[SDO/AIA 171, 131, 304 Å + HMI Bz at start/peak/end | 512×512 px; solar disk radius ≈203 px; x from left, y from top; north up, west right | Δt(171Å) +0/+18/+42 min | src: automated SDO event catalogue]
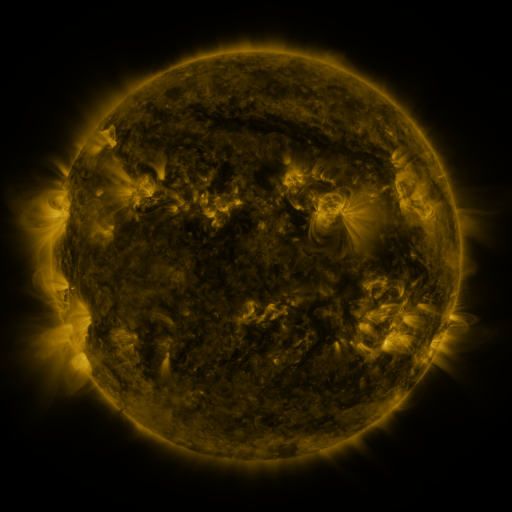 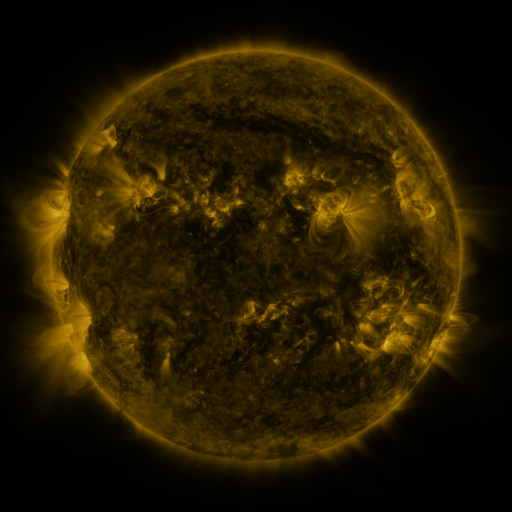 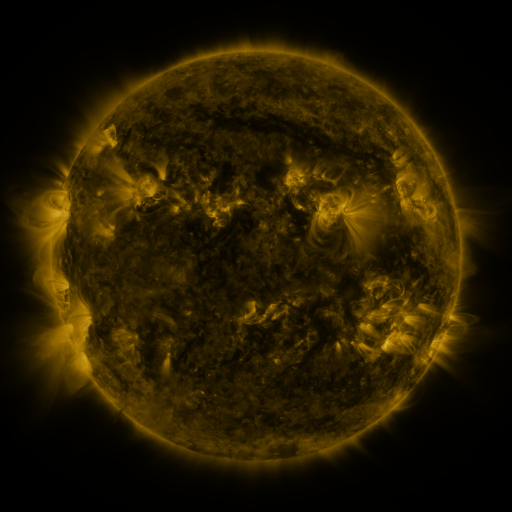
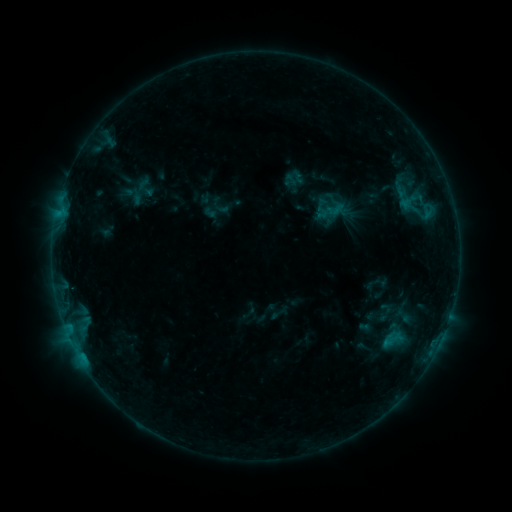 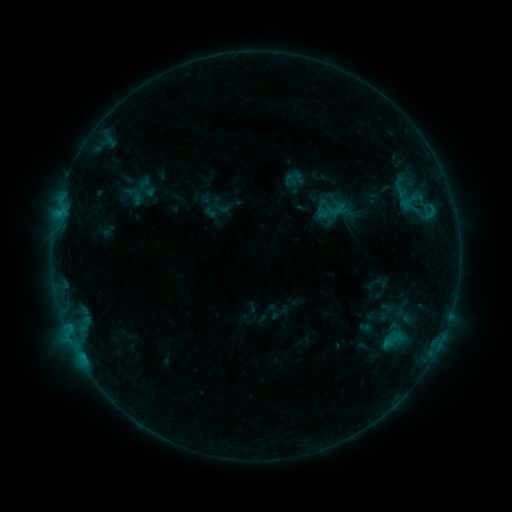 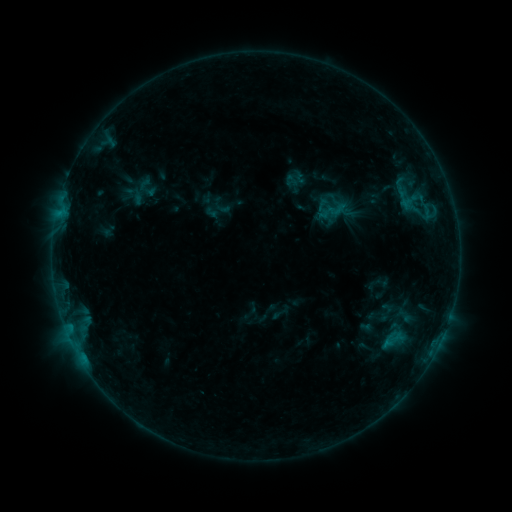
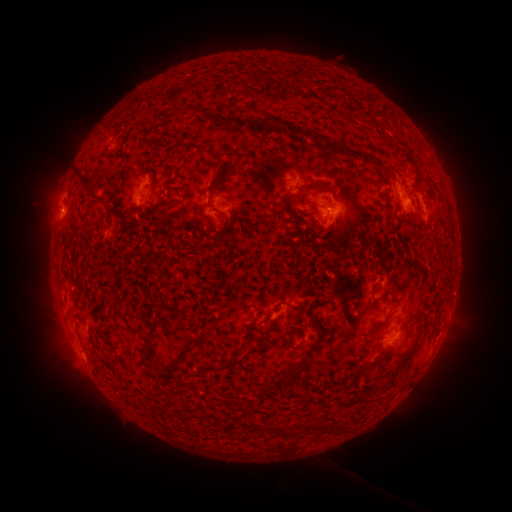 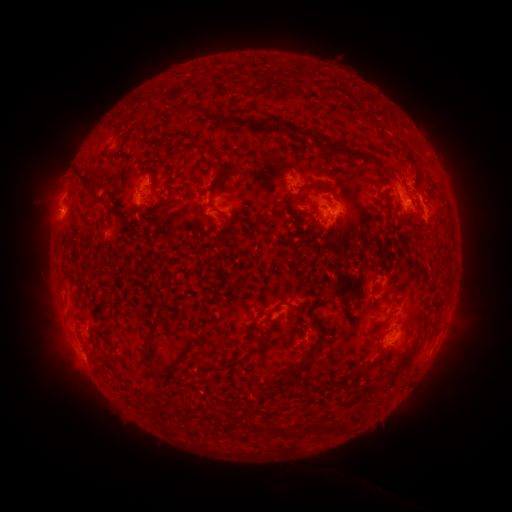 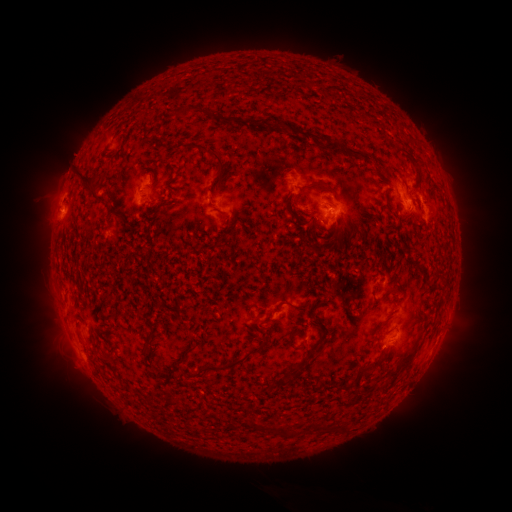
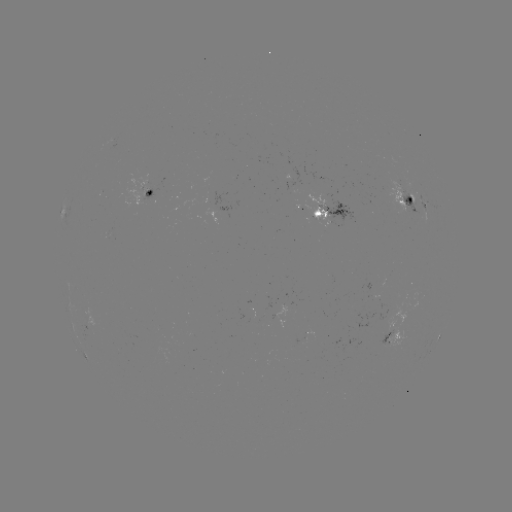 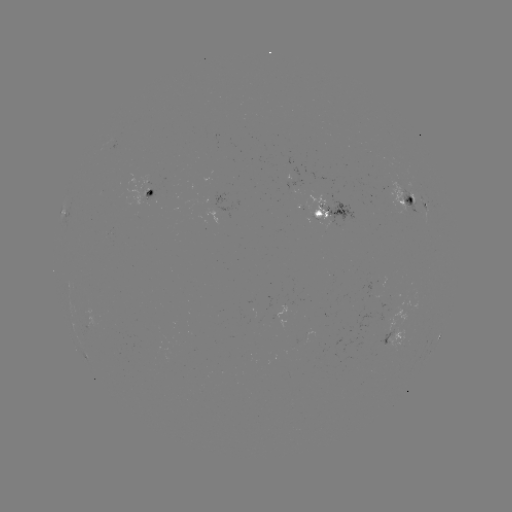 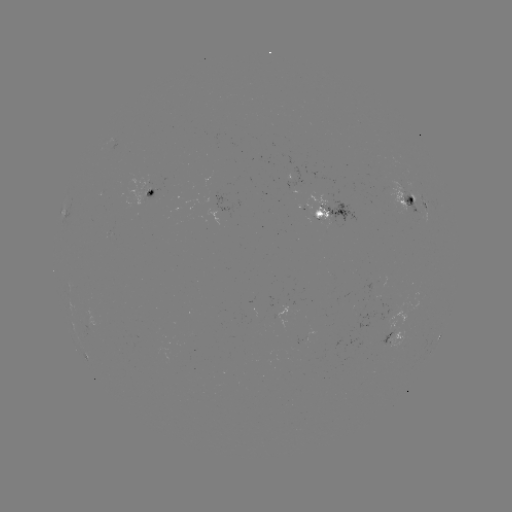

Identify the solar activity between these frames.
no classed flare was catalogued and no EUV brightening was flagged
